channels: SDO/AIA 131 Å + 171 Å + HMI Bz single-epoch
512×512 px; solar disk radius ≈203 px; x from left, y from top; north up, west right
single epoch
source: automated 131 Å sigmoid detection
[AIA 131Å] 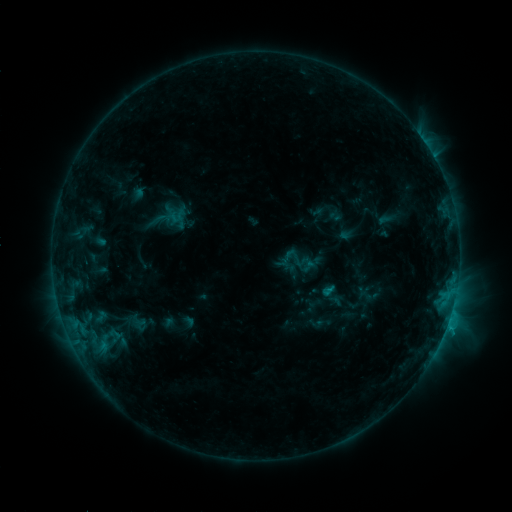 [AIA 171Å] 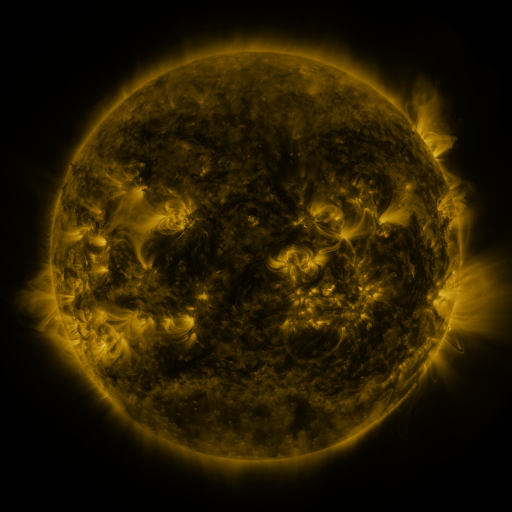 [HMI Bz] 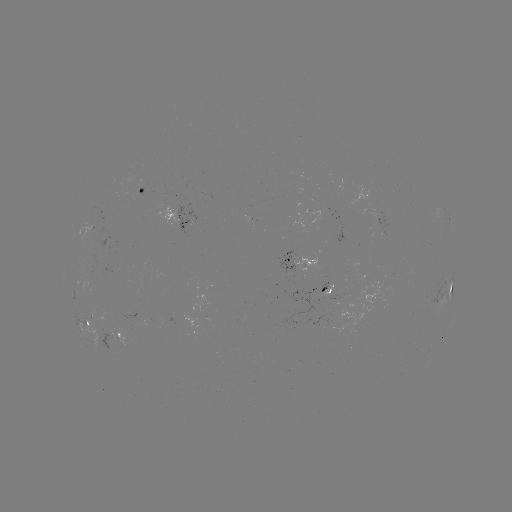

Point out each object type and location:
sigmoid: (296, 258)
